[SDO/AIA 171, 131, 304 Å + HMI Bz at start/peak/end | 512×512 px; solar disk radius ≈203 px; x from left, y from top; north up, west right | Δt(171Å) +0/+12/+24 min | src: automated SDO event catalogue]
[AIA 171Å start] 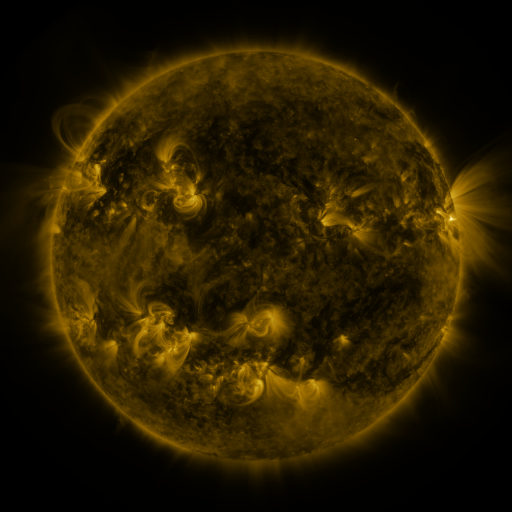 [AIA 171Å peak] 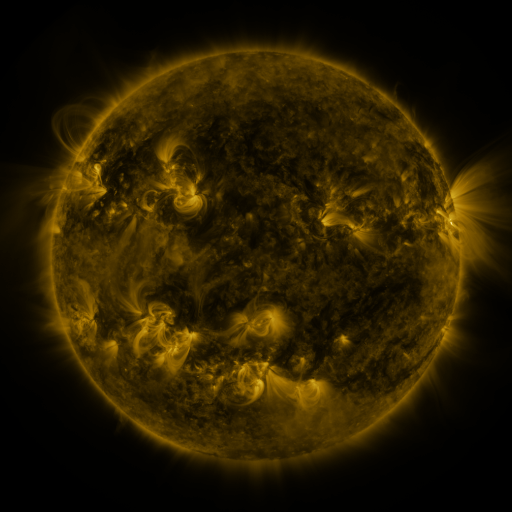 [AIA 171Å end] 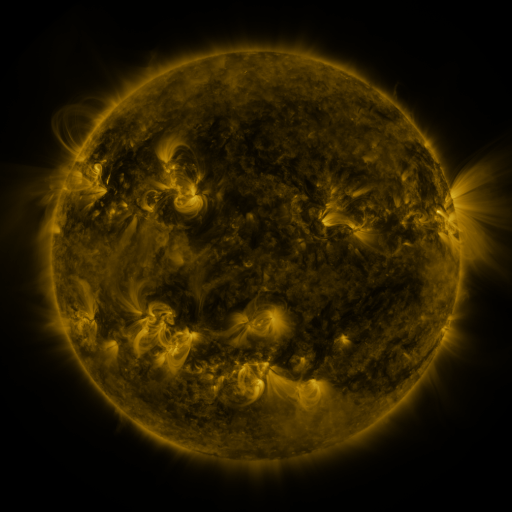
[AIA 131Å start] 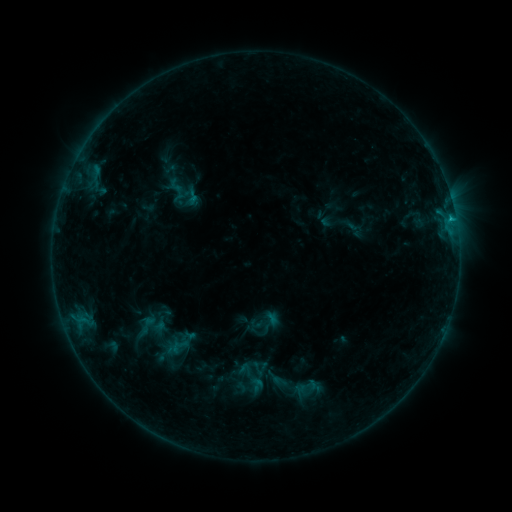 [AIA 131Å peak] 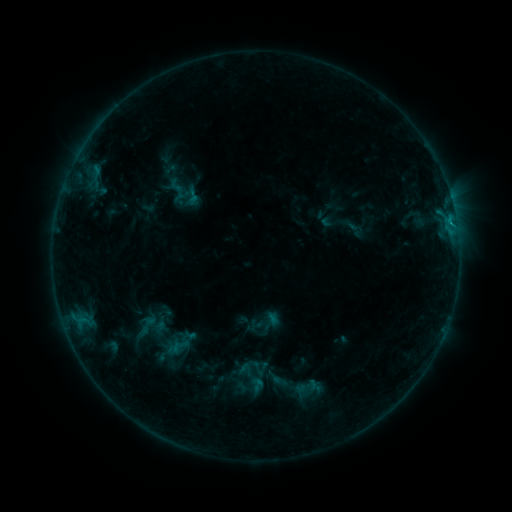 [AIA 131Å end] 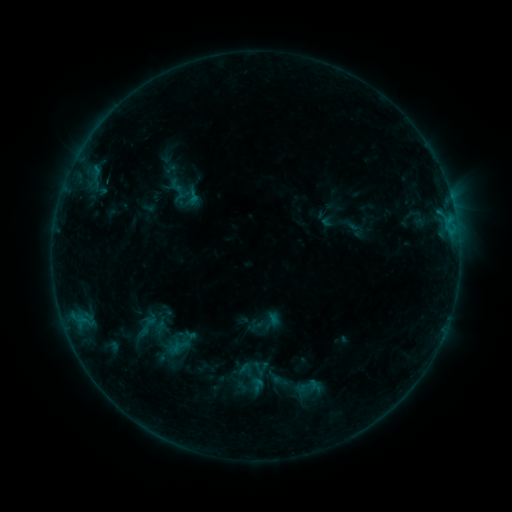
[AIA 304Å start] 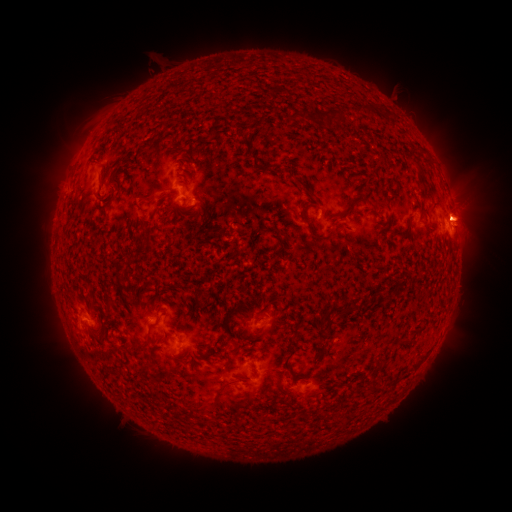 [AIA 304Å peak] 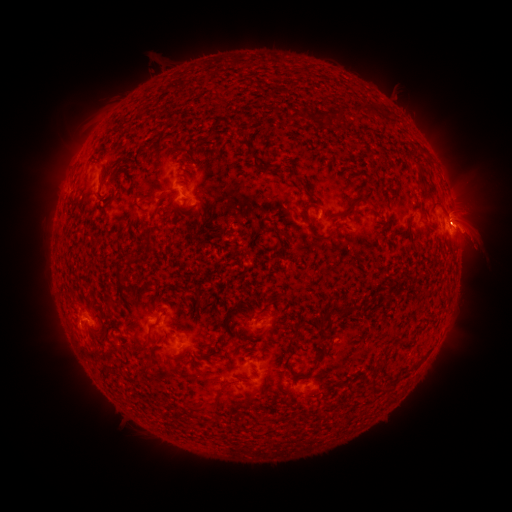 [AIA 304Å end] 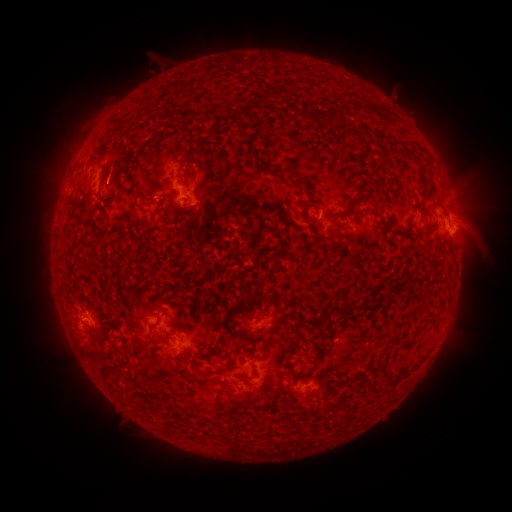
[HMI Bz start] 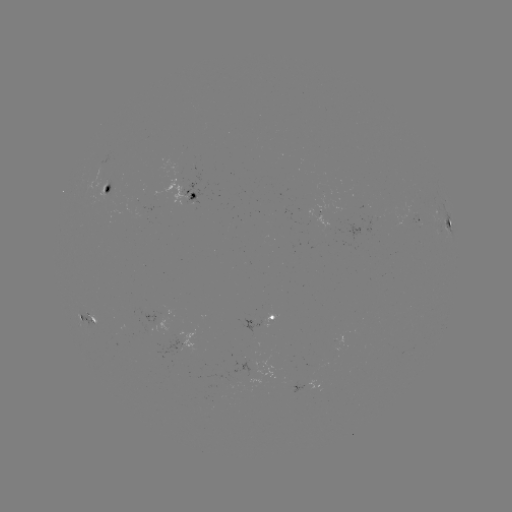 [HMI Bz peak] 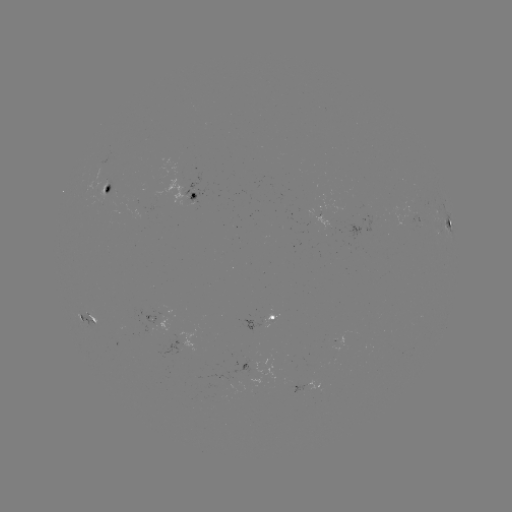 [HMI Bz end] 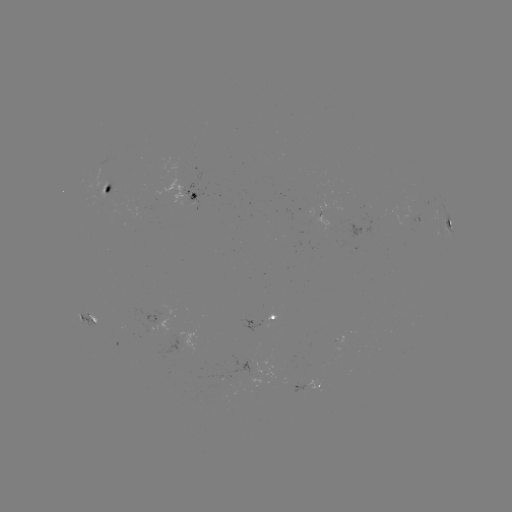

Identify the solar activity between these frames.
eruption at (474, 229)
